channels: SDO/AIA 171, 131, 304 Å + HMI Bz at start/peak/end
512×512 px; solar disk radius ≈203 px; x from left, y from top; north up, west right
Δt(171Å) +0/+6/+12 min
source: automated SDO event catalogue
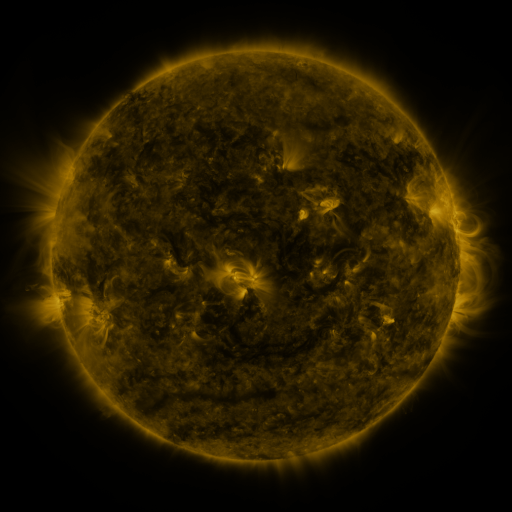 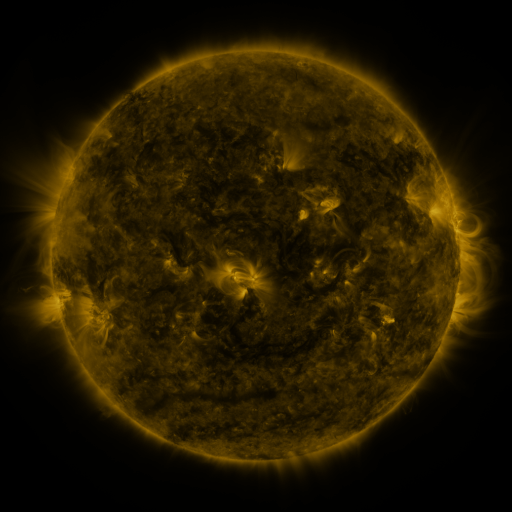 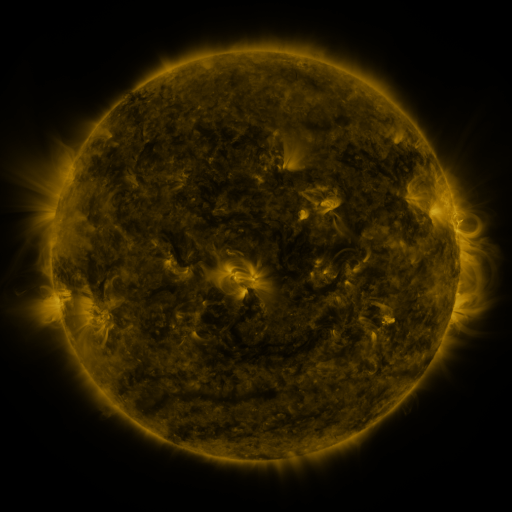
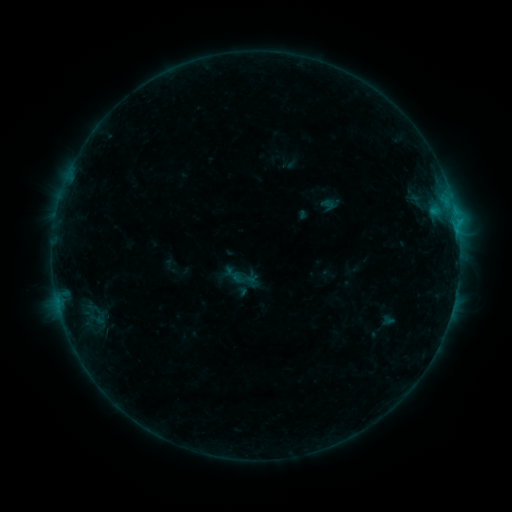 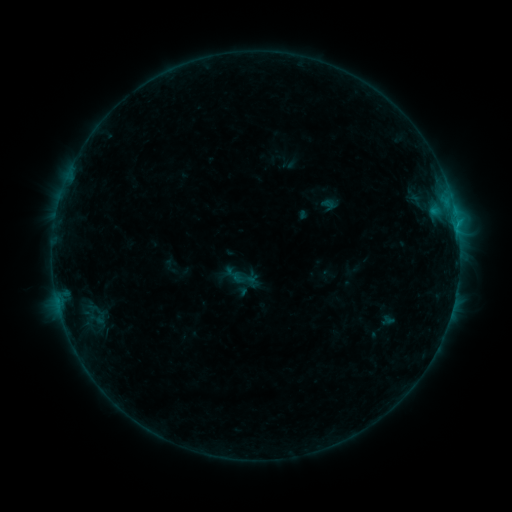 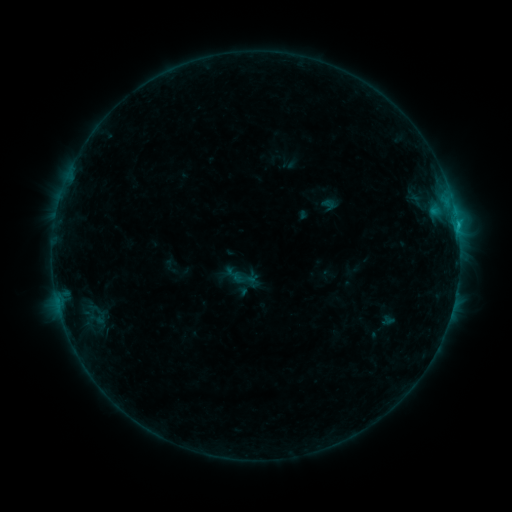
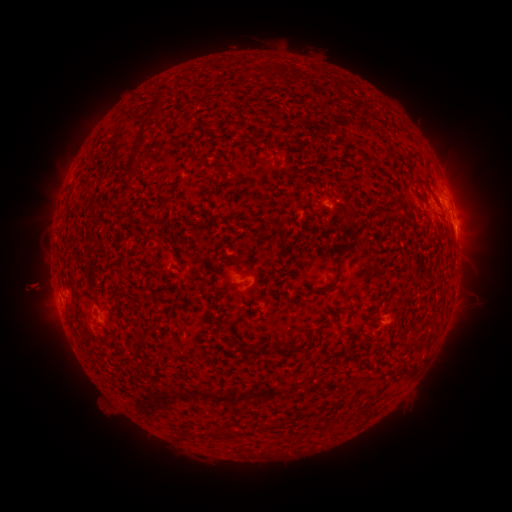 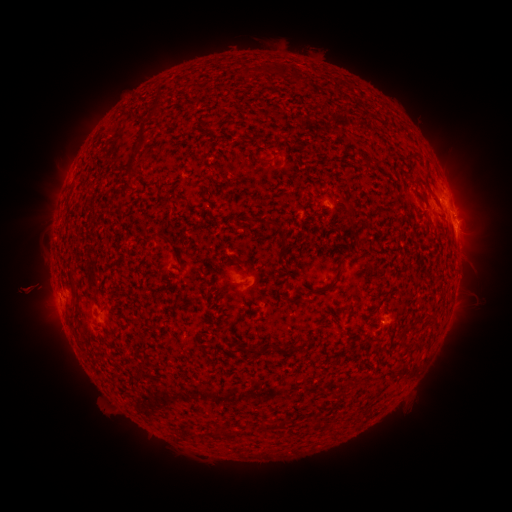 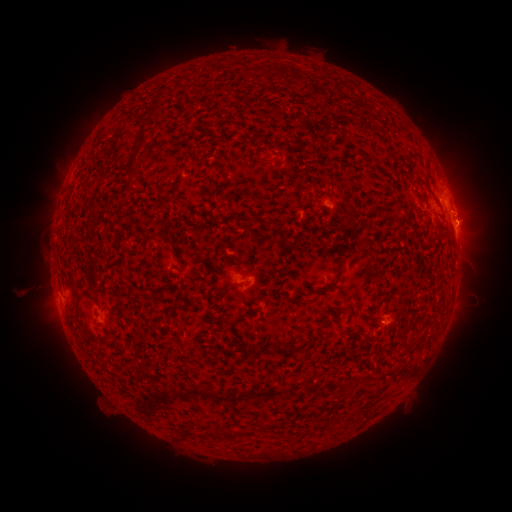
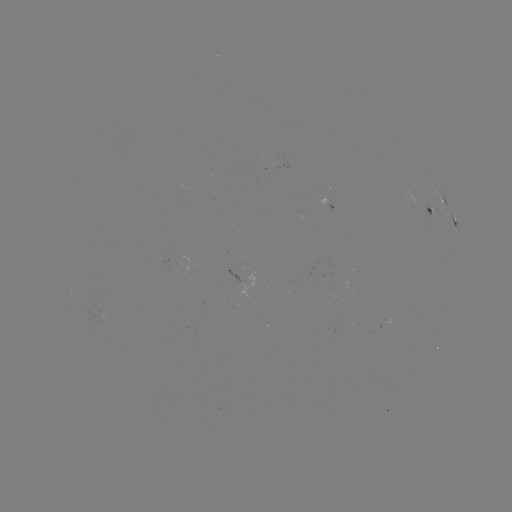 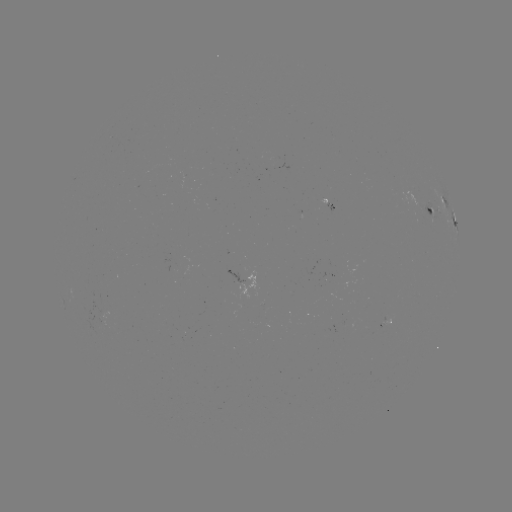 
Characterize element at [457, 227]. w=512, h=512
C1.1 flare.